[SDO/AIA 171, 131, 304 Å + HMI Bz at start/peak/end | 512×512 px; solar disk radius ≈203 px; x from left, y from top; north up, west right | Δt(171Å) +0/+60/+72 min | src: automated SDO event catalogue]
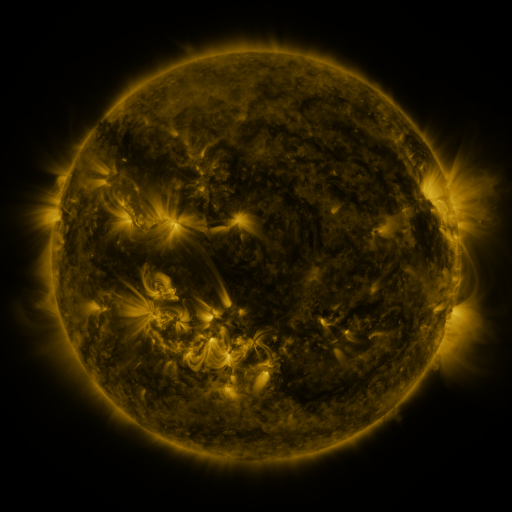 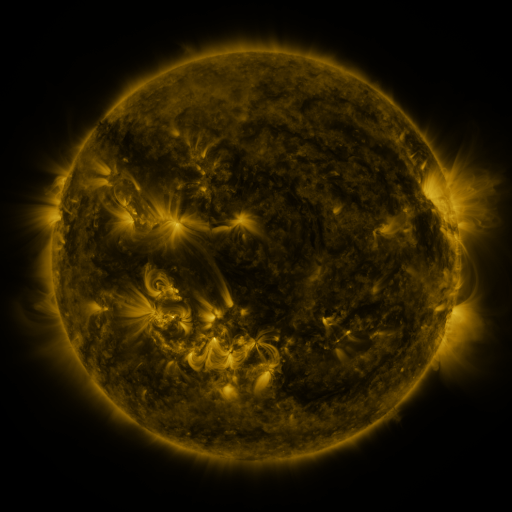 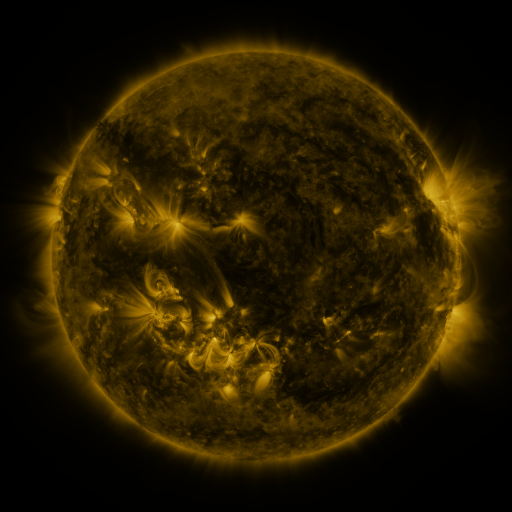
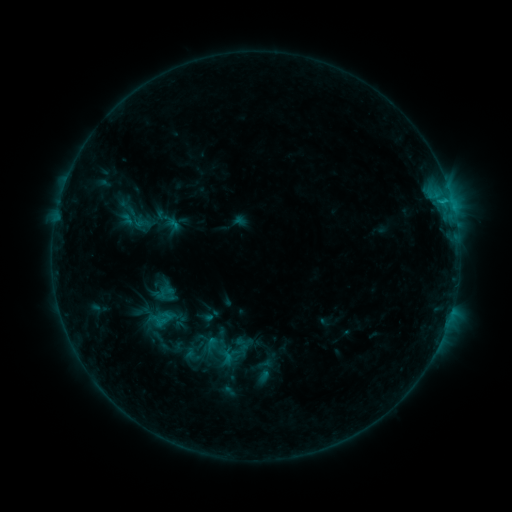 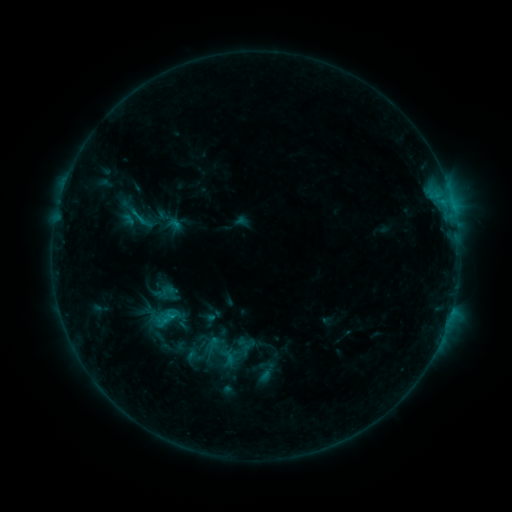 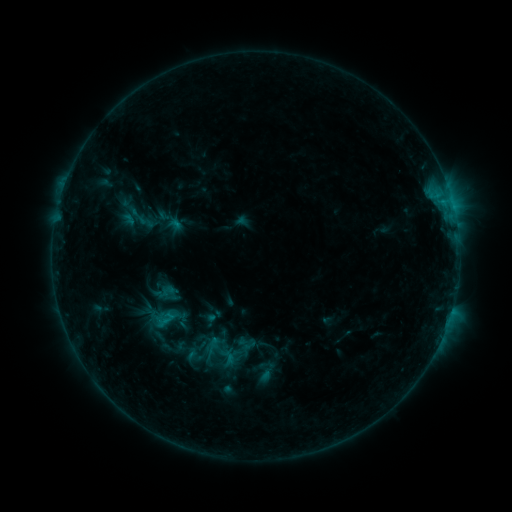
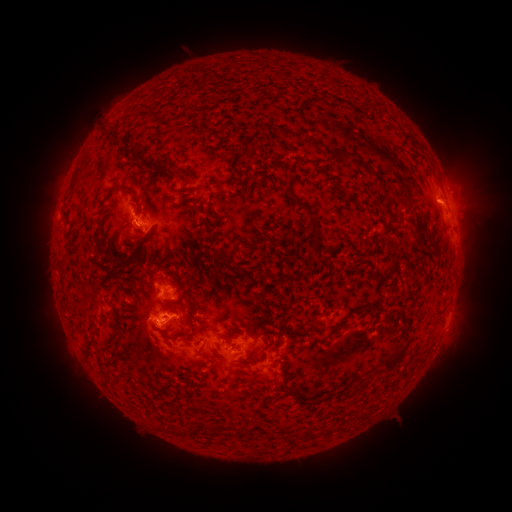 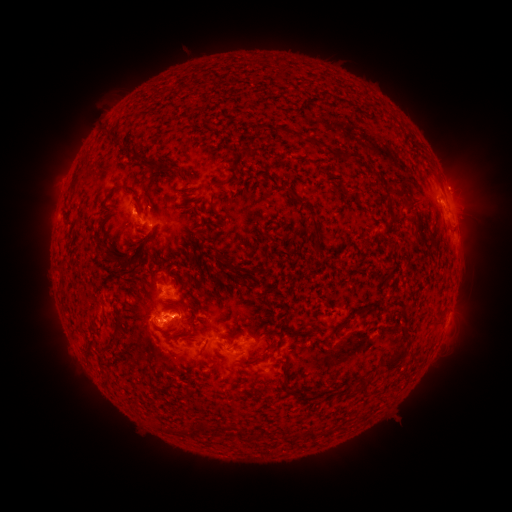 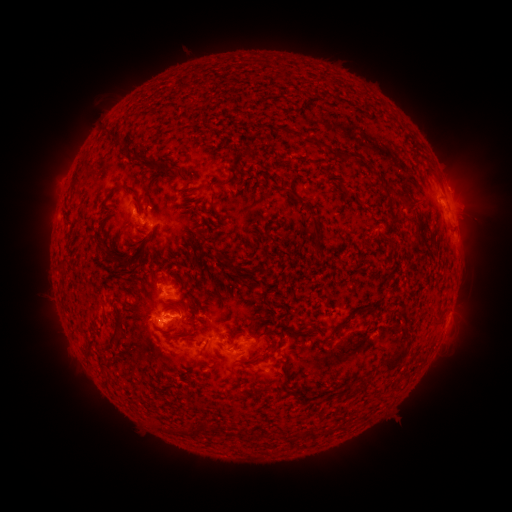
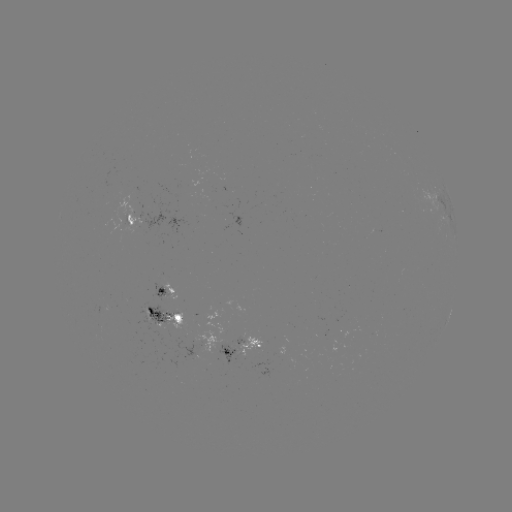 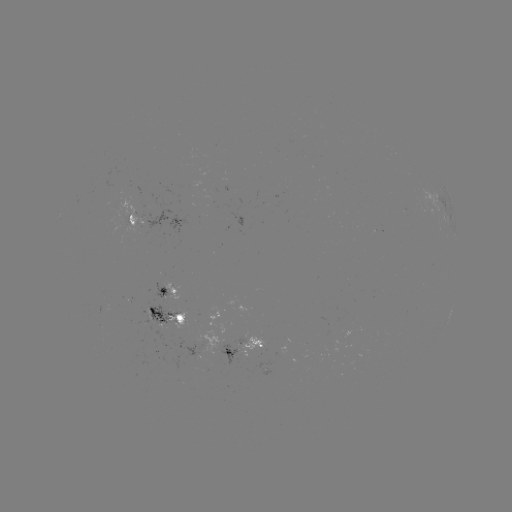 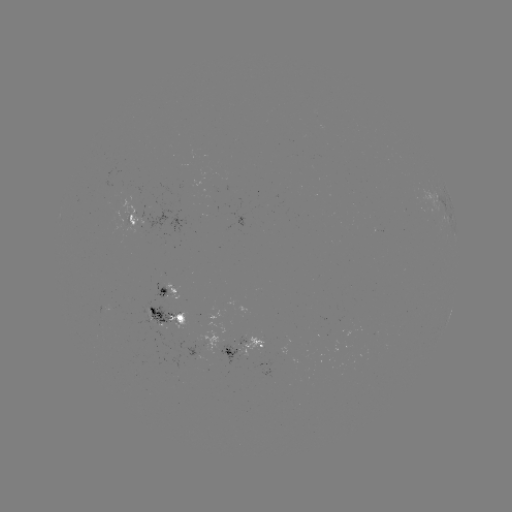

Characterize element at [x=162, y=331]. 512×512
emerging-flux region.